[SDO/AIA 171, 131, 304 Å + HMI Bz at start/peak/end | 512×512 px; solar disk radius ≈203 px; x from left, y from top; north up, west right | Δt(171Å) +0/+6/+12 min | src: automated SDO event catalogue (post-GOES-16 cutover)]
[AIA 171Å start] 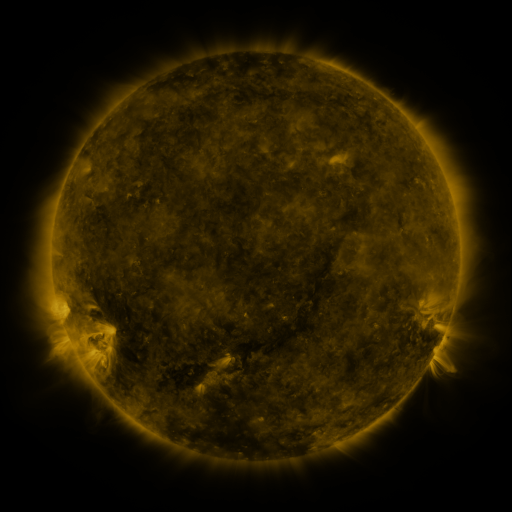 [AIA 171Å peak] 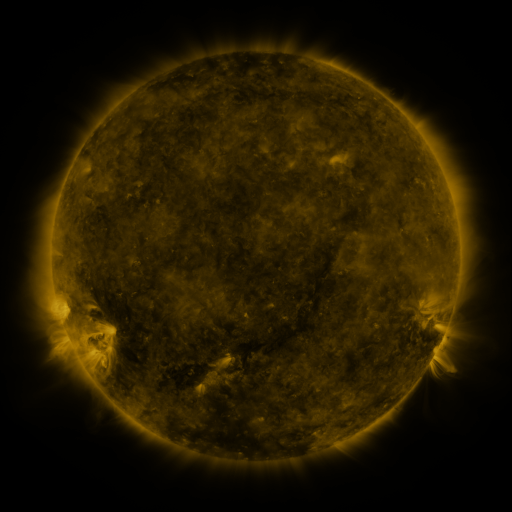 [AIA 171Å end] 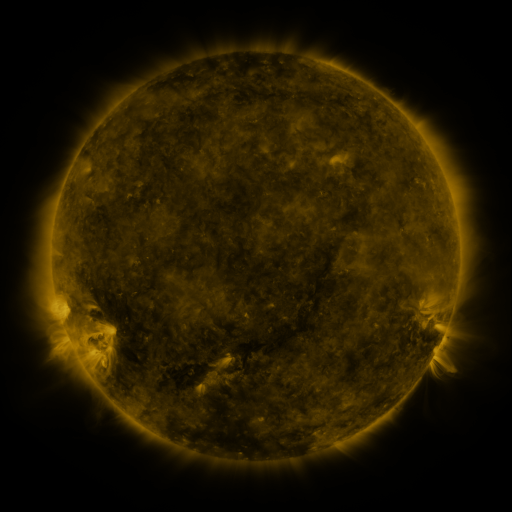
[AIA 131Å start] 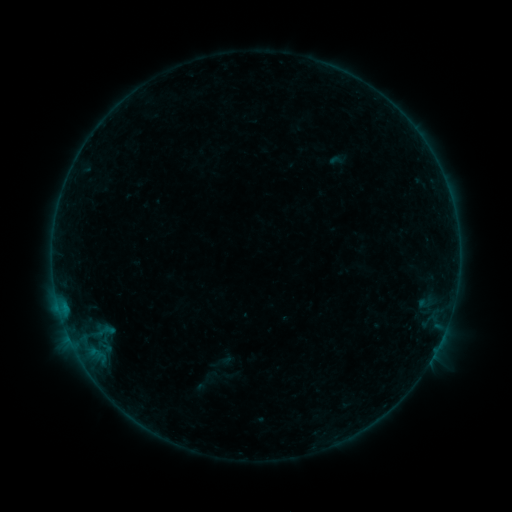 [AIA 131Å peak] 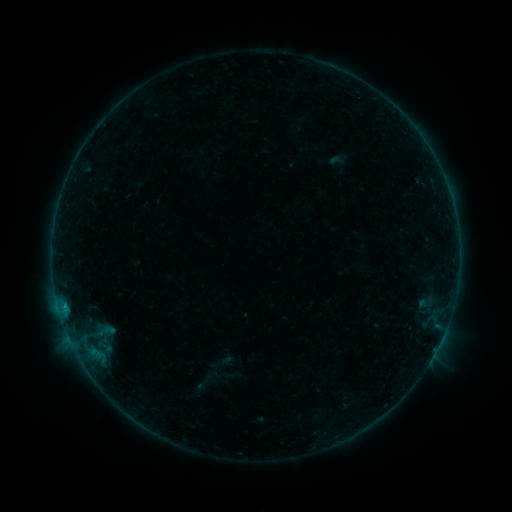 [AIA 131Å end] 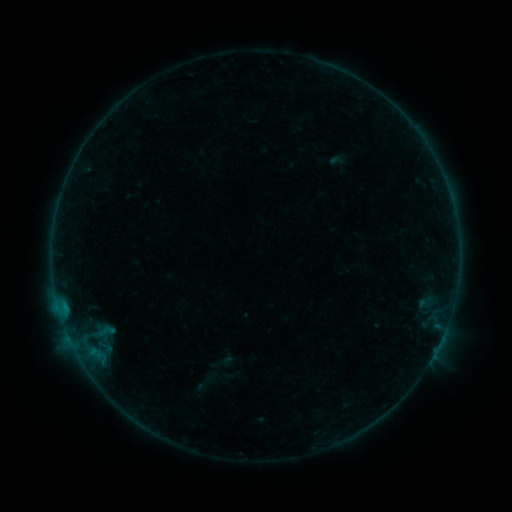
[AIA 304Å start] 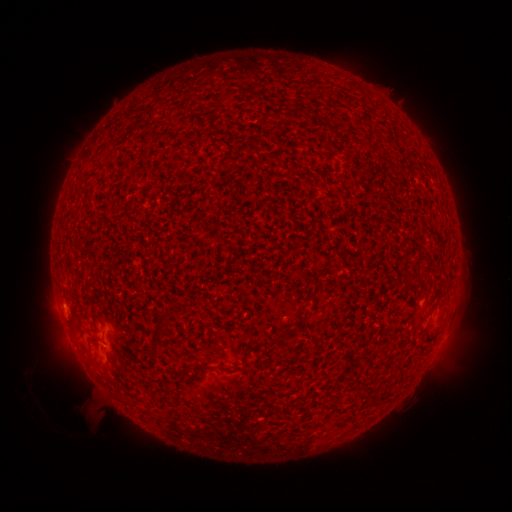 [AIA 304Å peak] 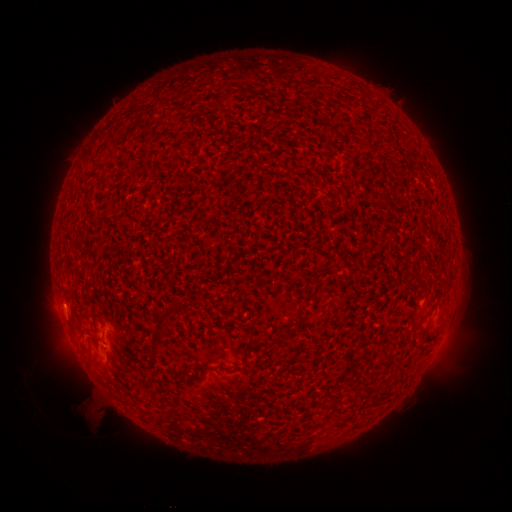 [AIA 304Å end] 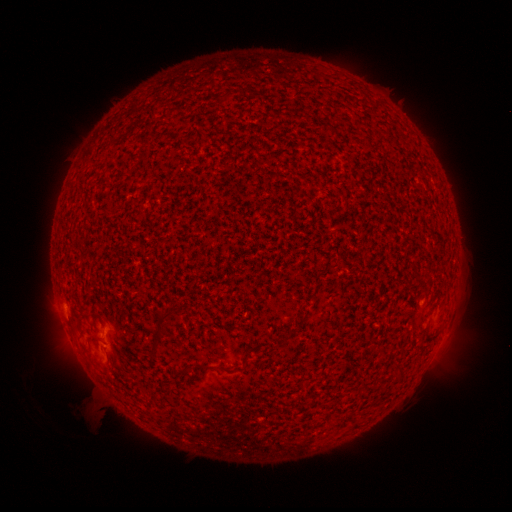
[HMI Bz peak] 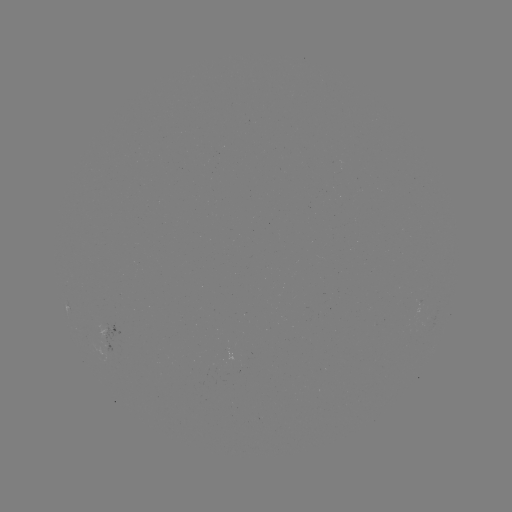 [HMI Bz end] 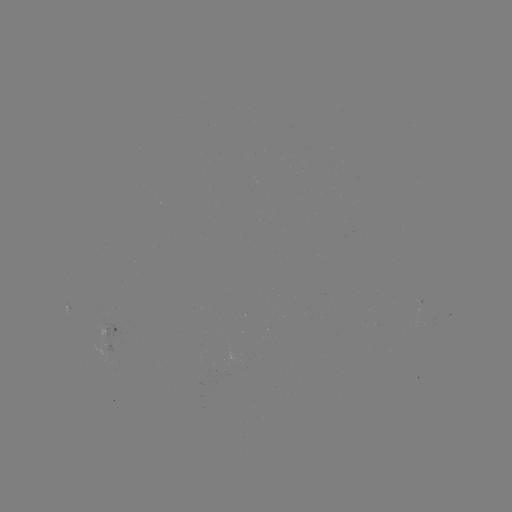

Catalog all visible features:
B1.4 flare: (64, 304)
